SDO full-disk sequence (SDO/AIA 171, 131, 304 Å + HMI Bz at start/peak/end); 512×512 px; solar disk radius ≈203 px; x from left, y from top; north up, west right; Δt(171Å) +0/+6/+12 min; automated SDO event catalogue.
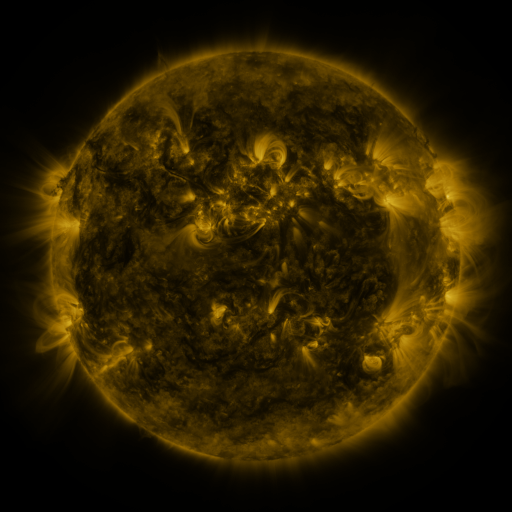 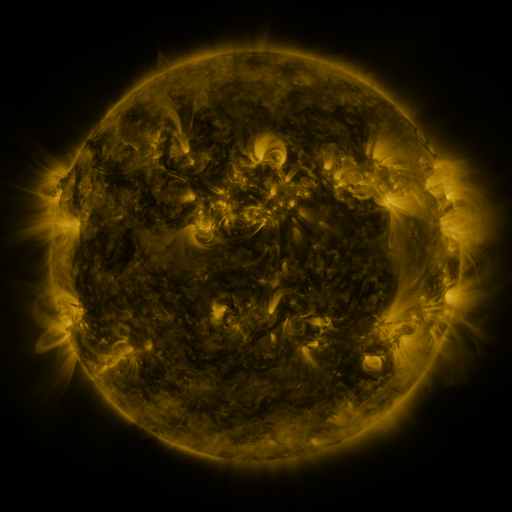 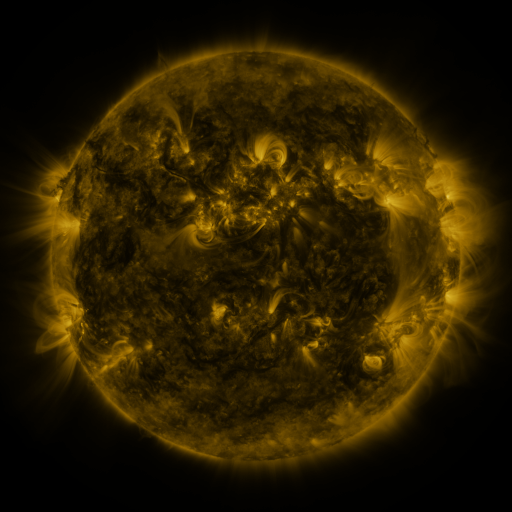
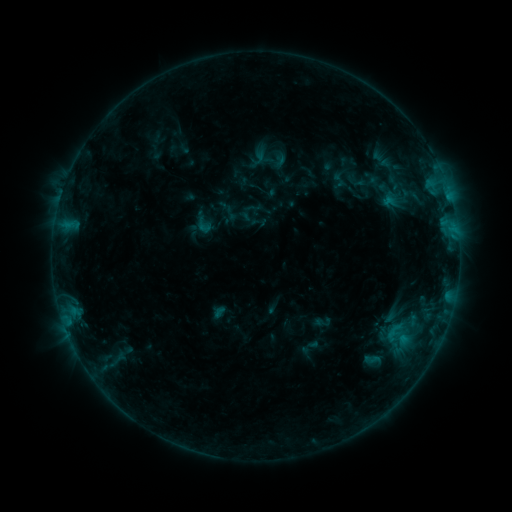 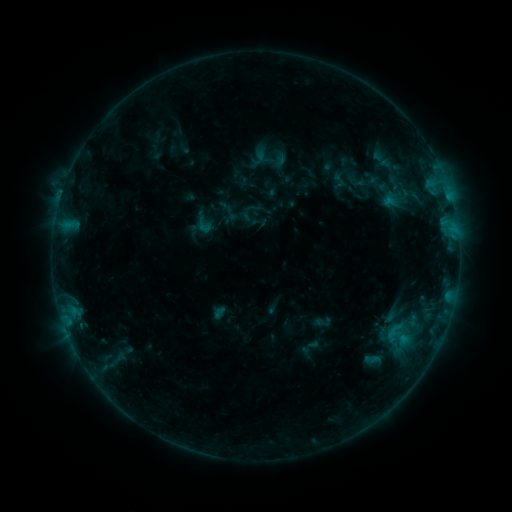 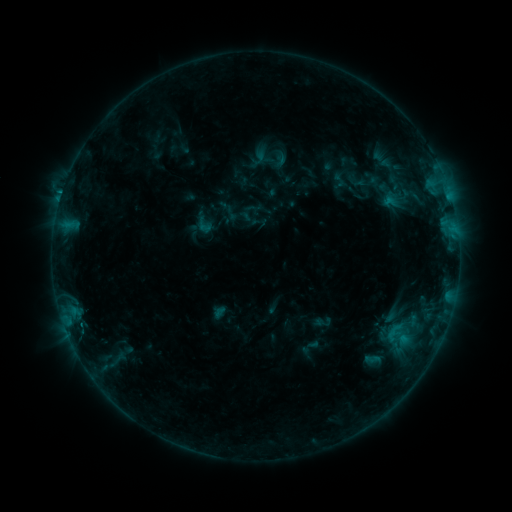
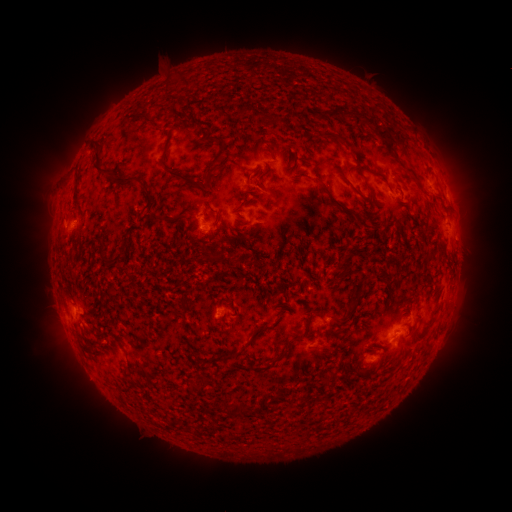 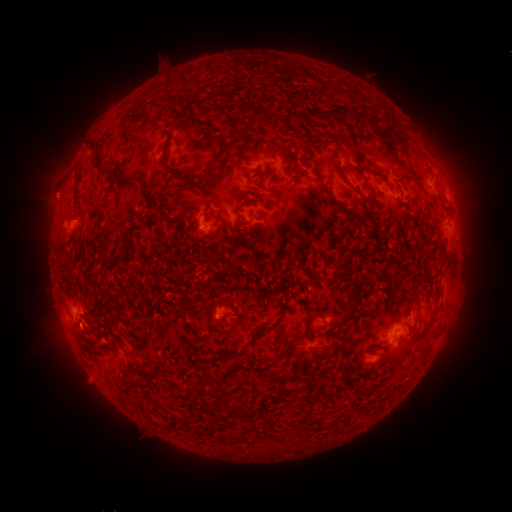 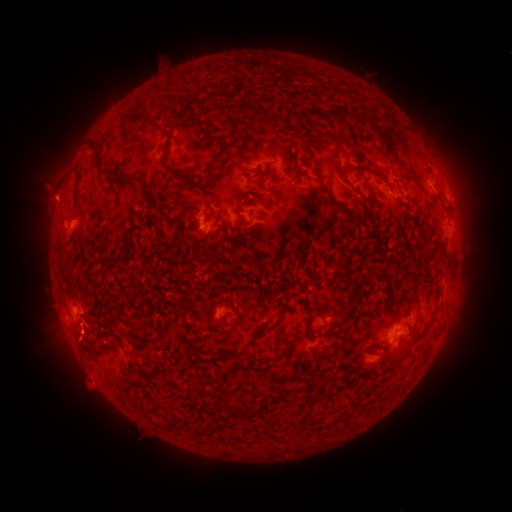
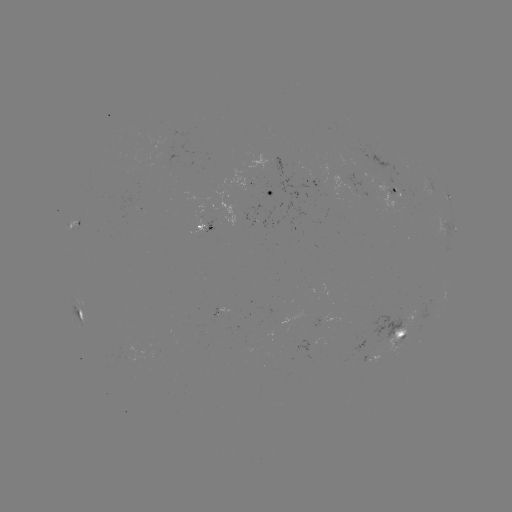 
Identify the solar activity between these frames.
eruption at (54, 196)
